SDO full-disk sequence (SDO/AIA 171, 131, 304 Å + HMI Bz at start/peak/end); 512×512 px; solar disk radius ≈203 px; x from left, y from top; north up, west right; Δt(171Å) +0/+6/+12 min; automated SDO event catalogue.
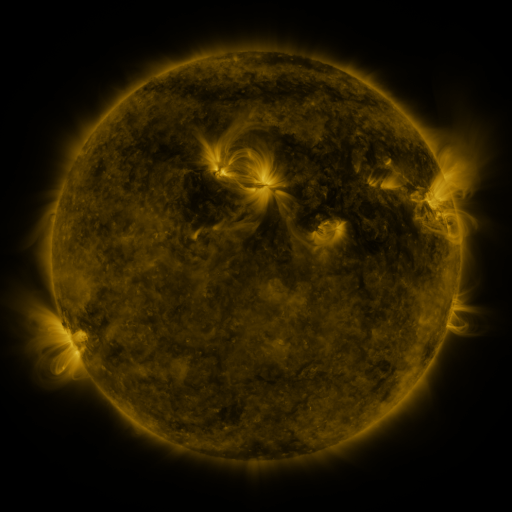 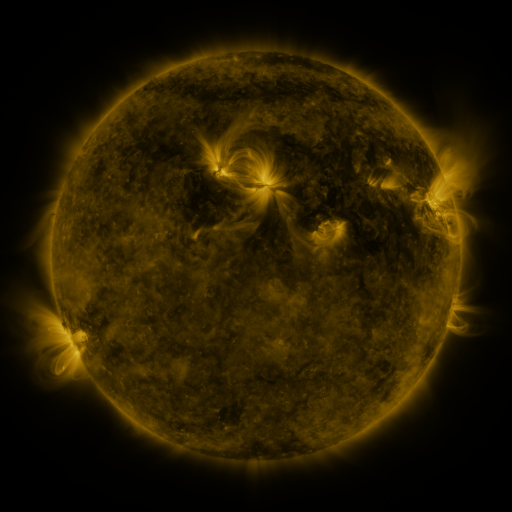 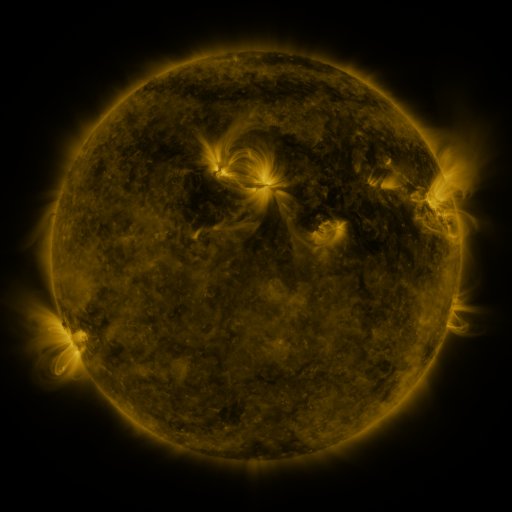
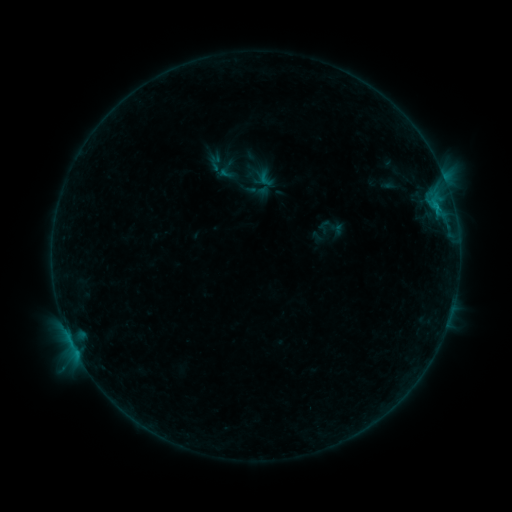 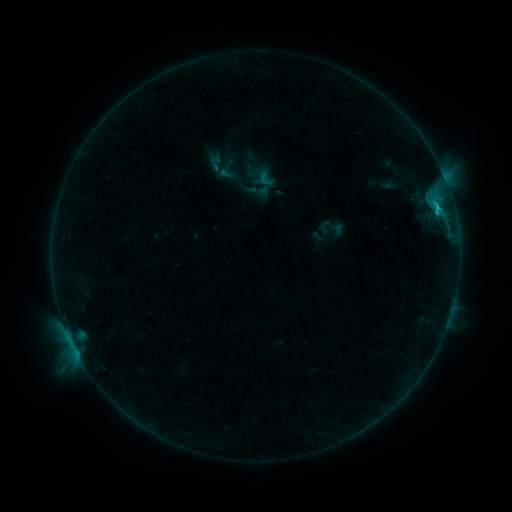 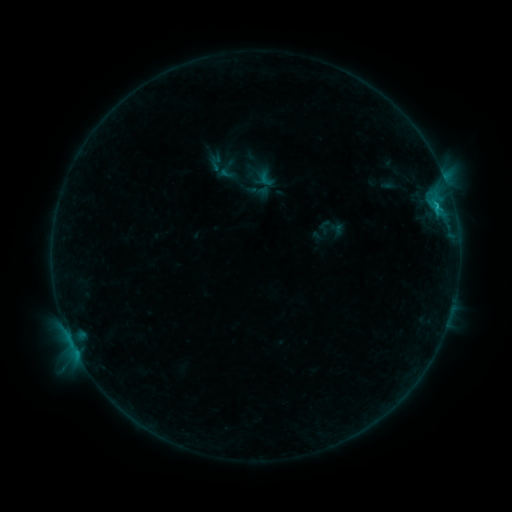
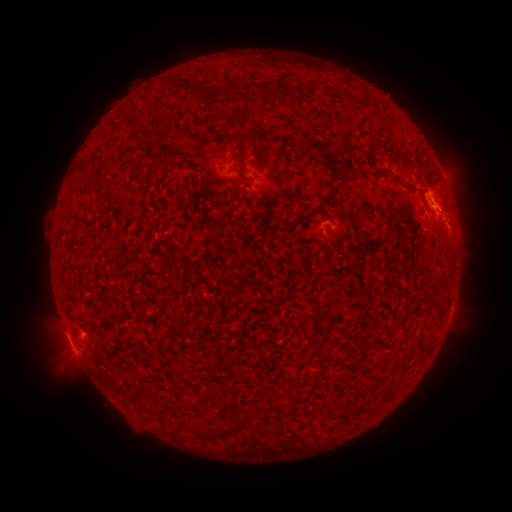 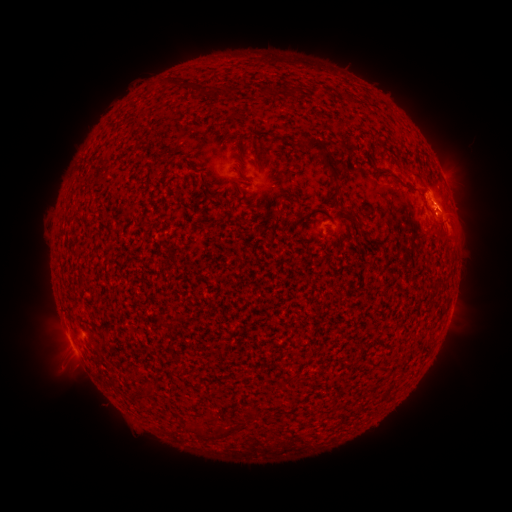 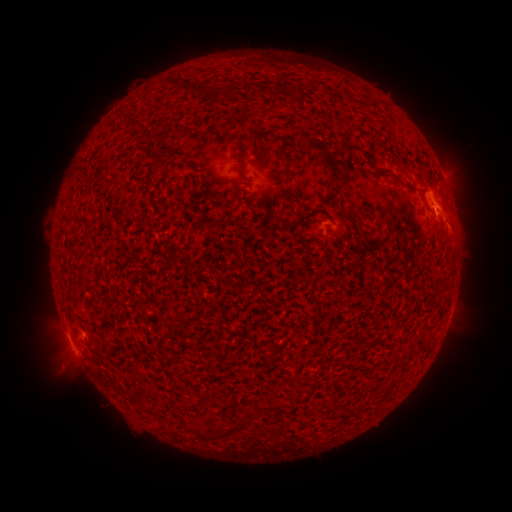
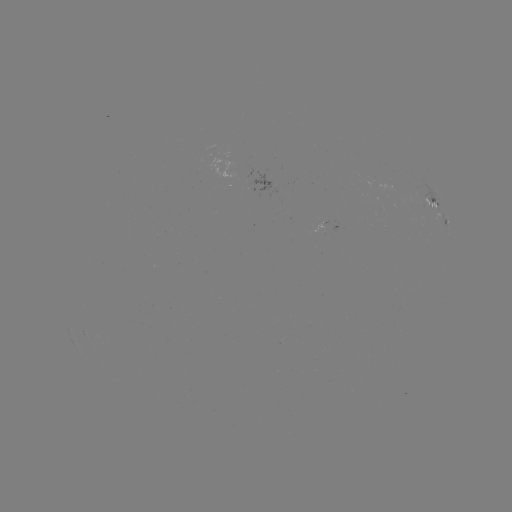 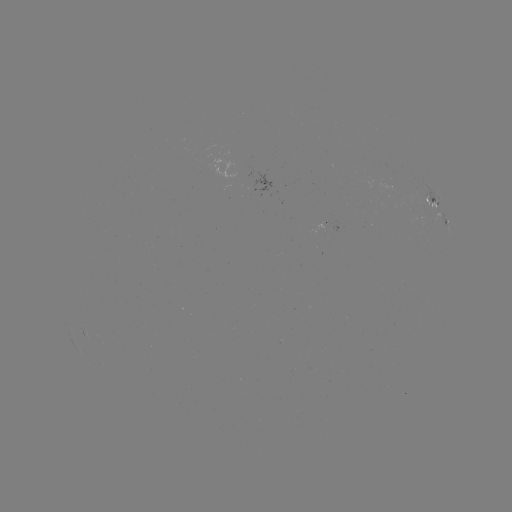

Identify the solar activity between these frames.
B7.8 flare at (436, 209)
